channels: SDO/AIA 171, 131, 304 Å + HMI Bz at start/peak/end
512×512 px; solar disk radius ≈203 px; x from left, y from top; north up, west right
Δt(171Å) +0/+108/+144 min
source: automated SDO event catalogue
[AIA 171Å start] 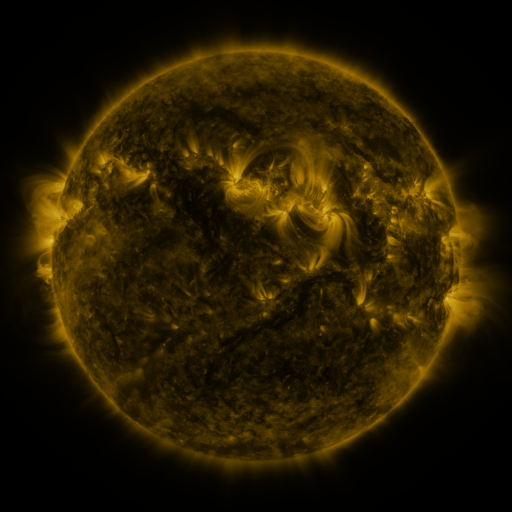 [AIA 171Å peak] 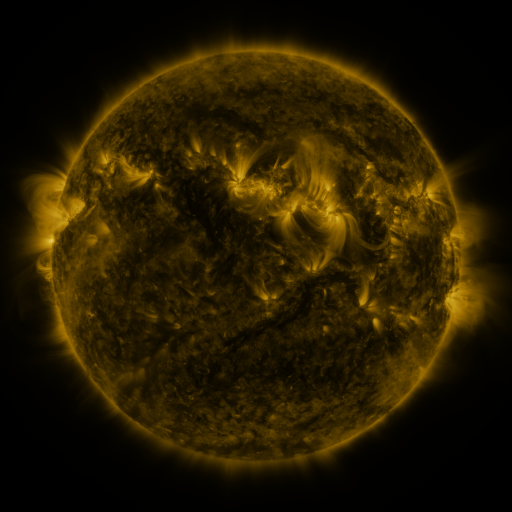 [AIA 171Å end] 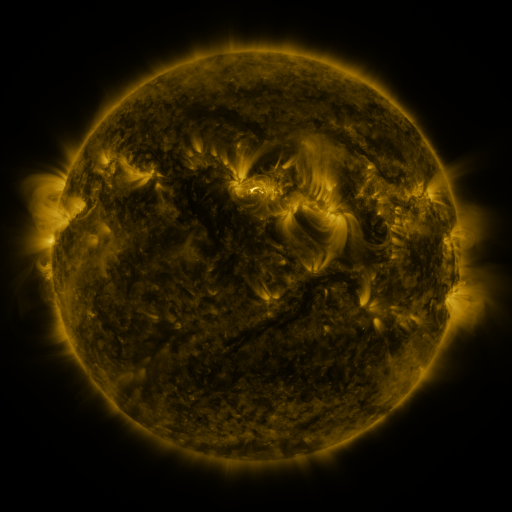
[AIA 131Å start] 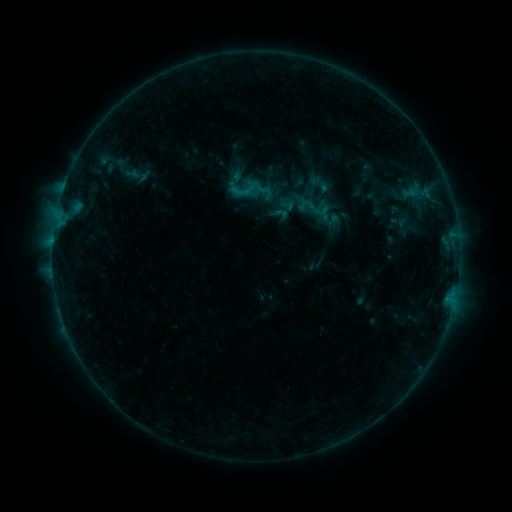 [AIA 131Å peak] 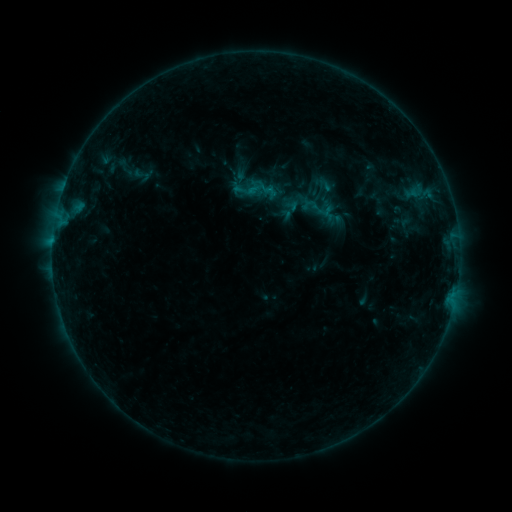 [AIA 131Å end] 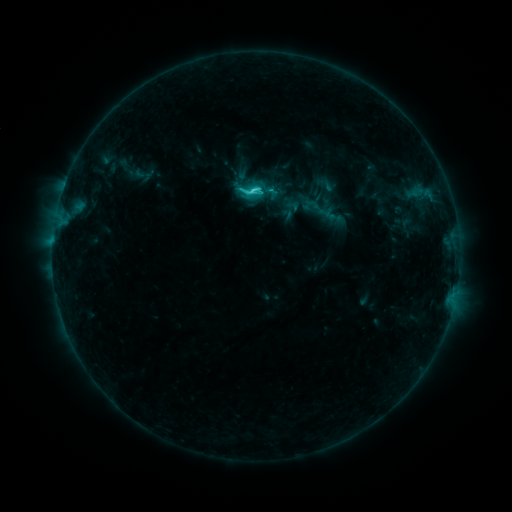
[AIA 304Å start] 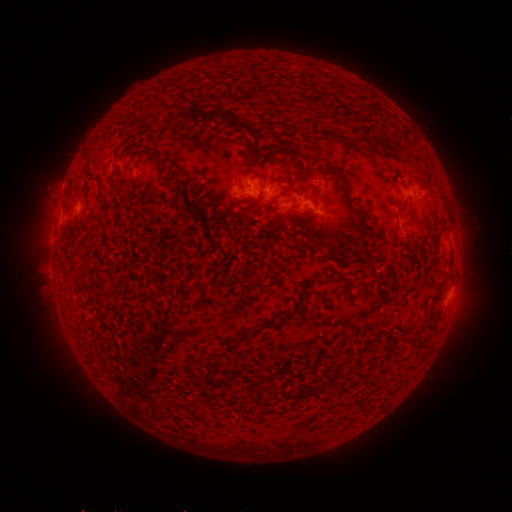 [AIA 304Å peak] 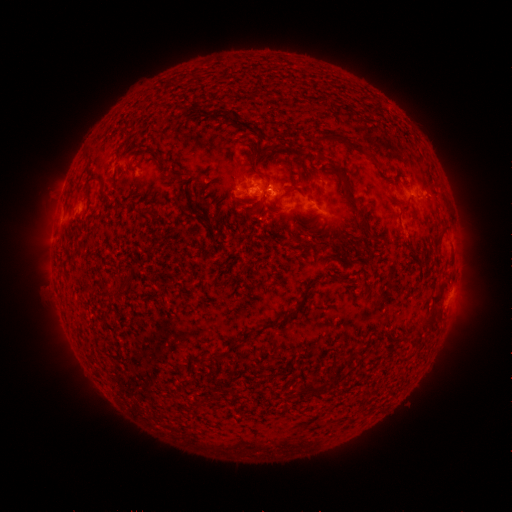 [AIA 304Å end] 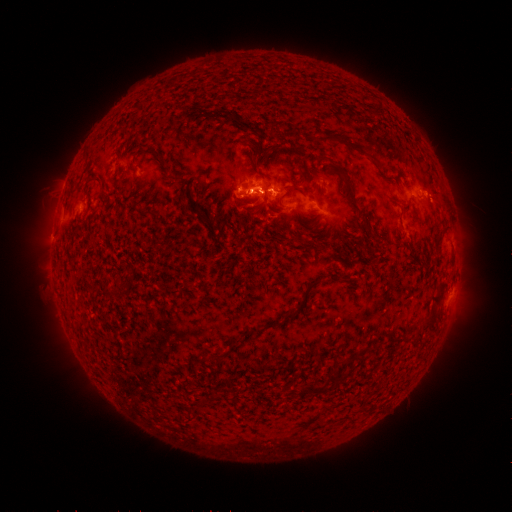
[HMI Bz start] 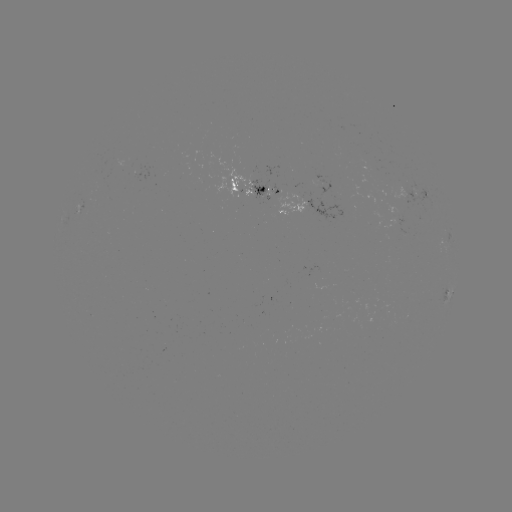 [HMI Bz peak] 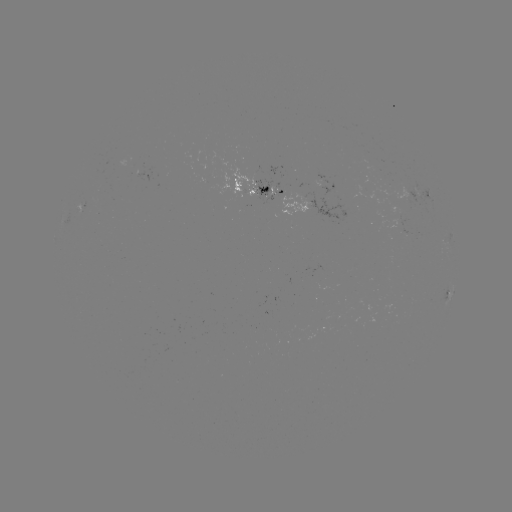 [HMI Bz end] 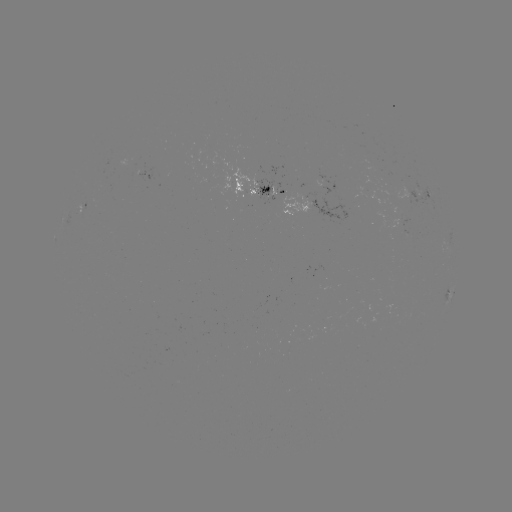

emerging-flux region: (274, 185, 284, 196)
